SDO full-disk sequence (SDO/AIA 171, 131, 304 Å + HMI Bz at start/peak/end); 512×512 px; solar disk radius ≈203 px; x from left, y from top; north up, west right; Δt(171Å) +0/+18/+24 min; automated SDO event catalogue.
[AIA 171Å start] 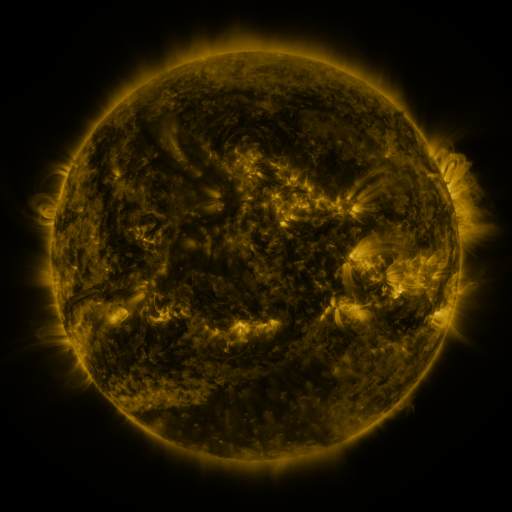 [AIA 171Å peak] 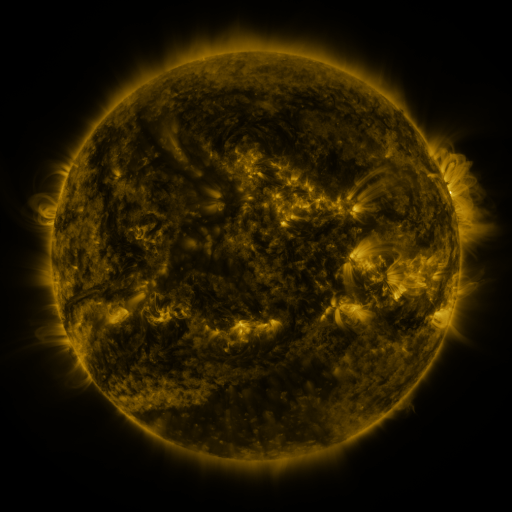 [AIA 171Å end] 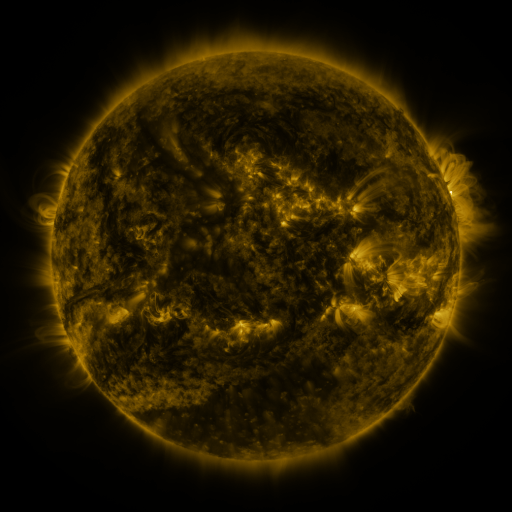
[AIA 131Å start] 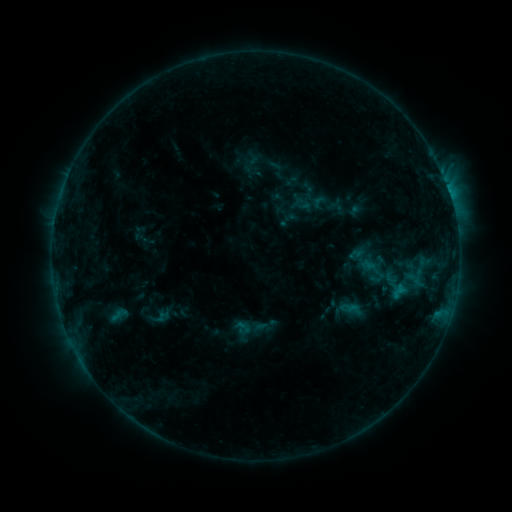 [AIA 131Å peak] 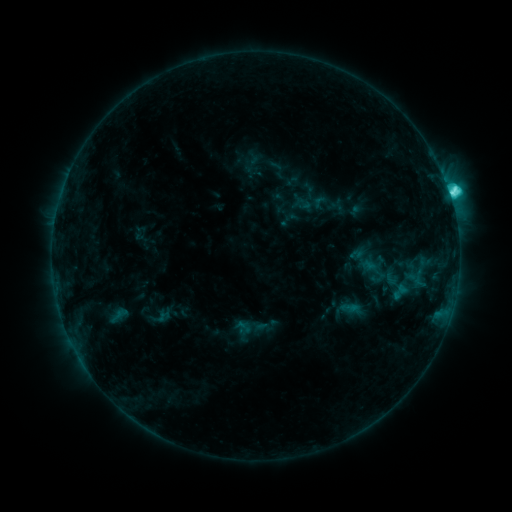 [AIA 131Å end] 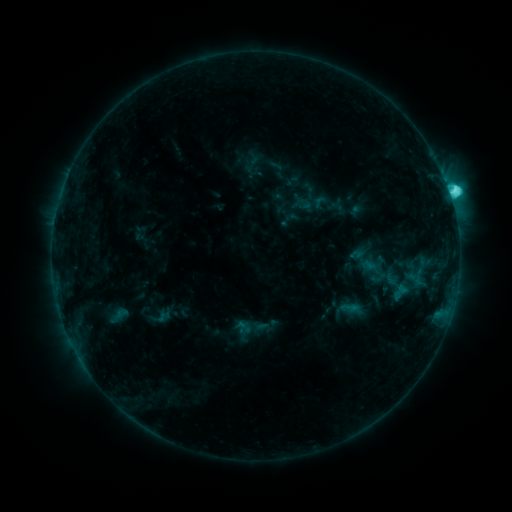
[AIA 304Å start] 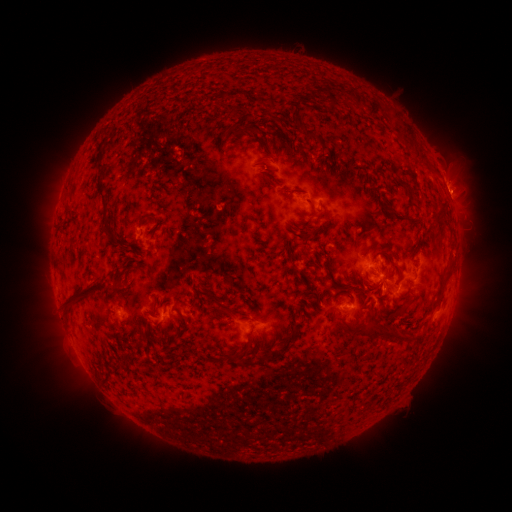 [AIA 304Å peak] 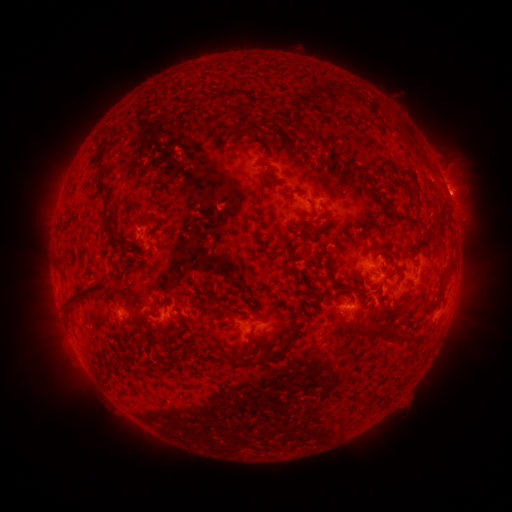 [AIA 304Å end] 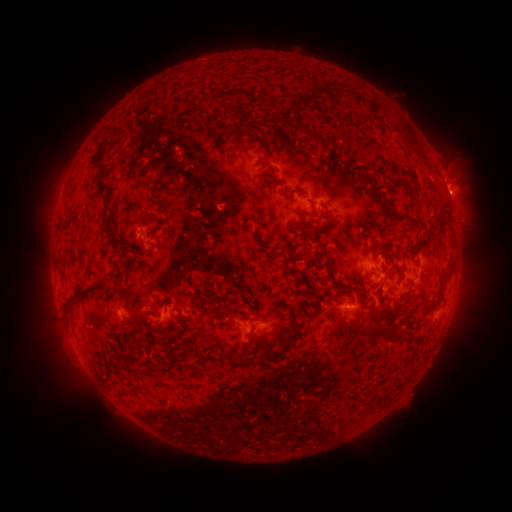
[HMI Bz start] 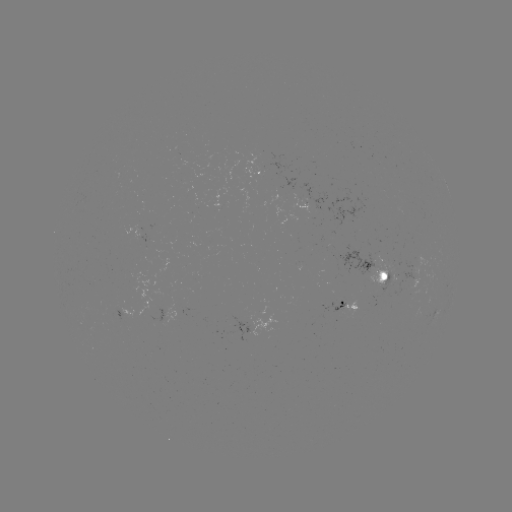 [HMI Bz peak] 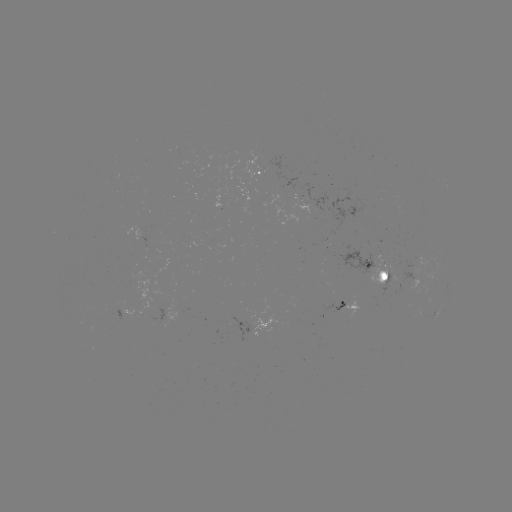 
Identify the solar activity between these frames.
C4.7 flare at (447, 195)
